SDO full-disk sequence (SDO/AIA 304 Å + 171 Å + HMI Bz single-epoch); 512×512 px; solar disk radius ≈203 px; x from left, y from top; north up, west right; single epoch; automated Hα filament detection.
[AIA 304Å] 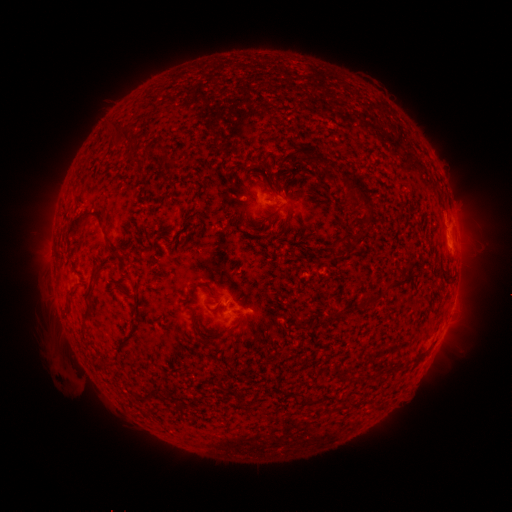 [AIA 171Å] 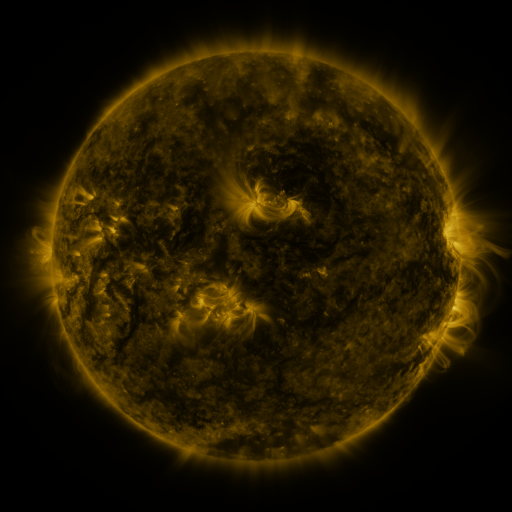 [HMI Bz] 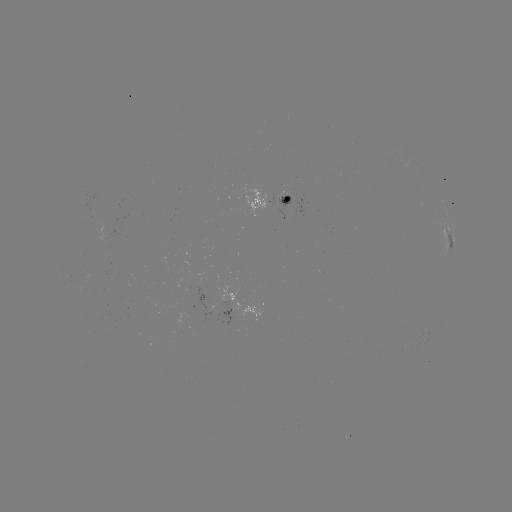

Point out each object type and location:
filament: <bbox>115, 123, 129, 141</bbox>
filament: <bbox>153, 143, 166, 153</bbox>
filament: <bbox>299, 144, 317, 168</bbox>
filament: <bbox>290, 154, 305, 171</bbox>
filament: <bbox>131, 156, 143, 163</bbox>
filament: <bbox>340, 170, 373, 218</bbox>
filament: <bbox>277, 184, 288, 196</bbox>
filament: <bbox>65, 207, 106, 236</bbox>
filament: <bbox>106, 242, 121, 257</bbox>
filament: <bbox>88, 264, 101, 282</bbox>
filament: <bbox>392, 279, 408, 289</bbox>
filament: <bbox>189, 281, 225, 298</bbox>
filament: <bbox>368, 297, 380, 306</bbox>
filament: <bbox>82, 307, 90, 320</bbox>
filament: <bbox>190, 310, 199, 337</bbox>
filament: <bbox>227, 318, 242, 333</bbox>
filament: <bbox>230, 389, 242, 405</bbox>
filament: <bbox>290, 392, 299, 405</bbox>
